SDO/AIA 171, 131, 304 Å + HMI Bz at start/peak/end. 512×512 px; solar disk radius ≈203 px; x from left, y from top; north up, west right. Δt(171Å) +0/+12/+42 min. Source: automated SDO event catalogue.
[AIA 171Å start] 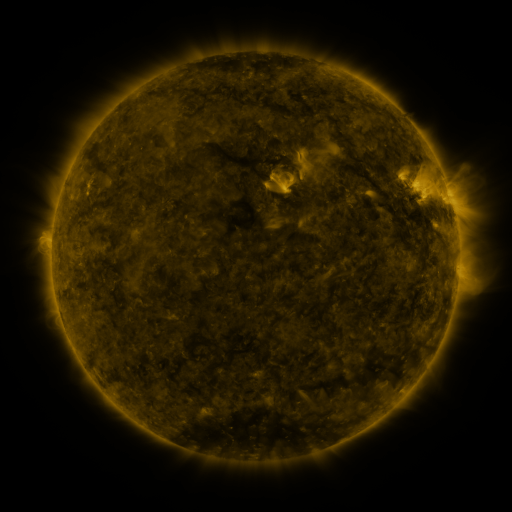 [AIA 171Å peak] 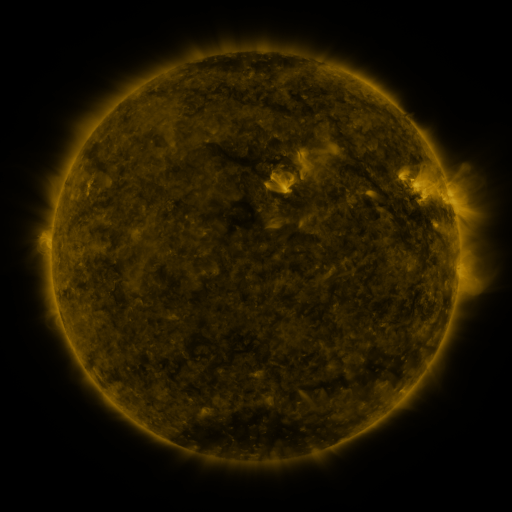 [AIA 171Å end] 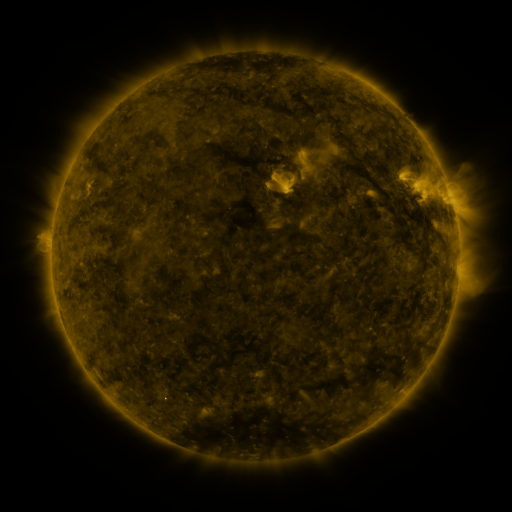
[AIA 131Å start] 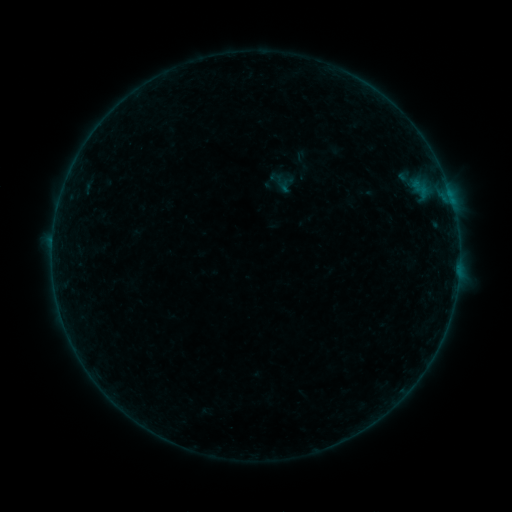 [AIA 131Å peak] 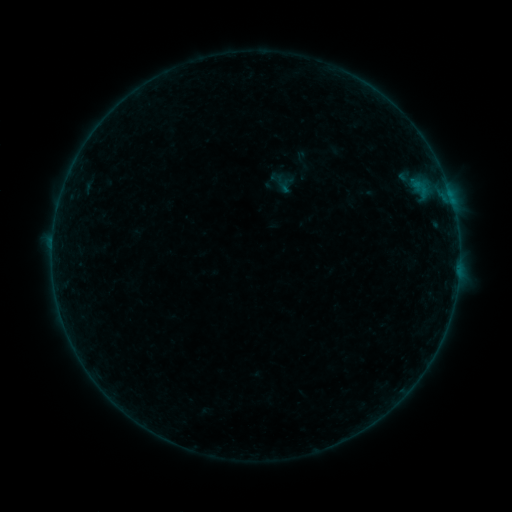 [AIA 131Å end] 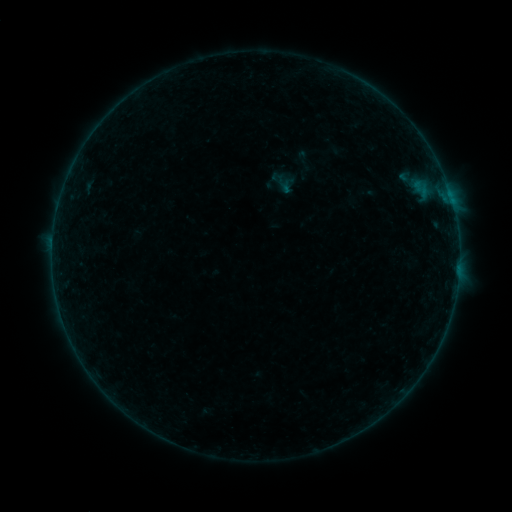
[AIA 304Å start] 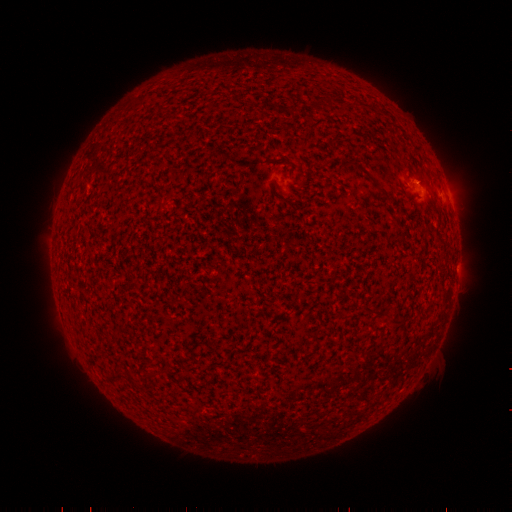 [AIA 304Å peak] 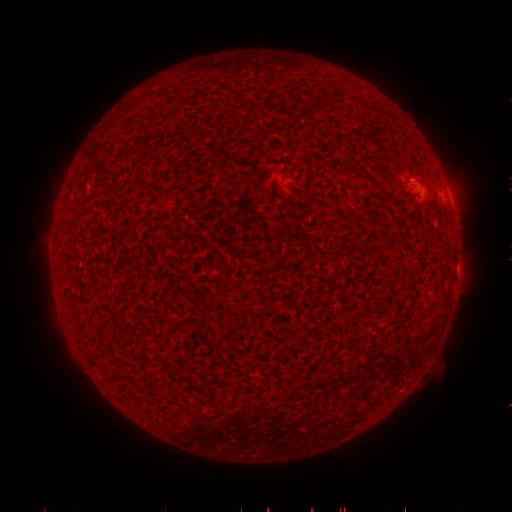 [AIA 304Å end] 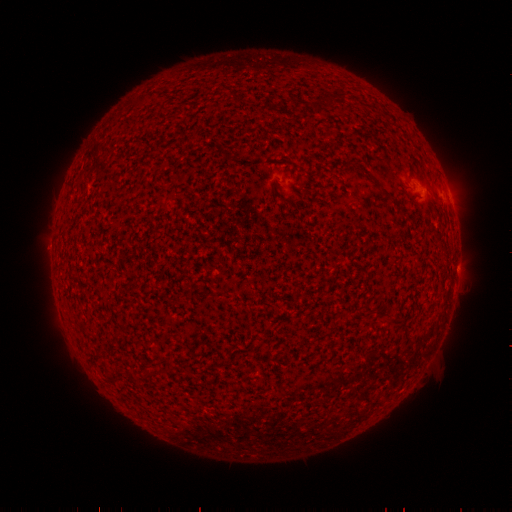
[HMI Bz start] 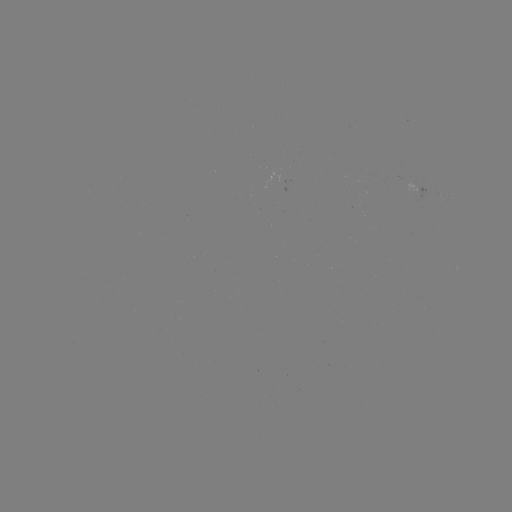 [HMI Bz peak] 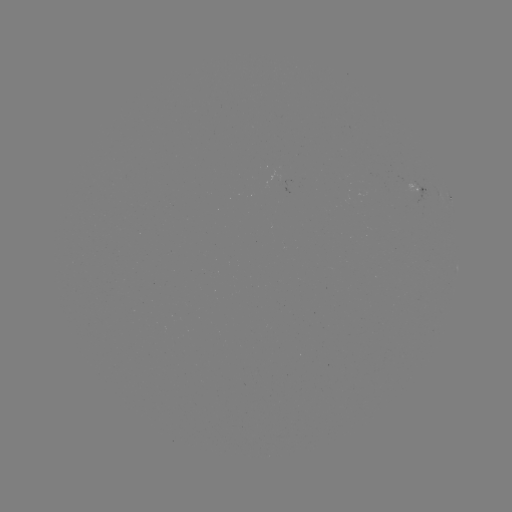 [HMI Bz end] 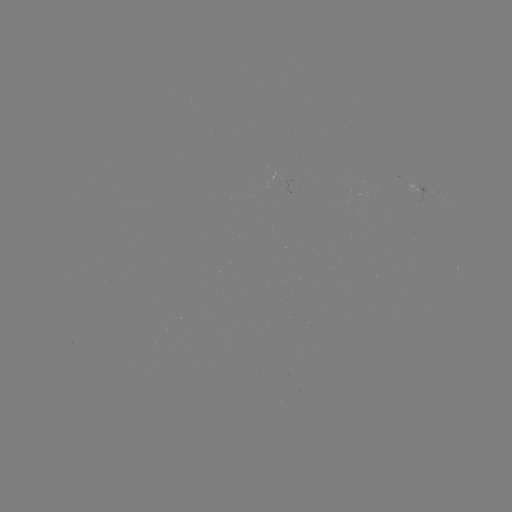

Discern B1.6 flare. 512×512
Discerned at (410, 180).